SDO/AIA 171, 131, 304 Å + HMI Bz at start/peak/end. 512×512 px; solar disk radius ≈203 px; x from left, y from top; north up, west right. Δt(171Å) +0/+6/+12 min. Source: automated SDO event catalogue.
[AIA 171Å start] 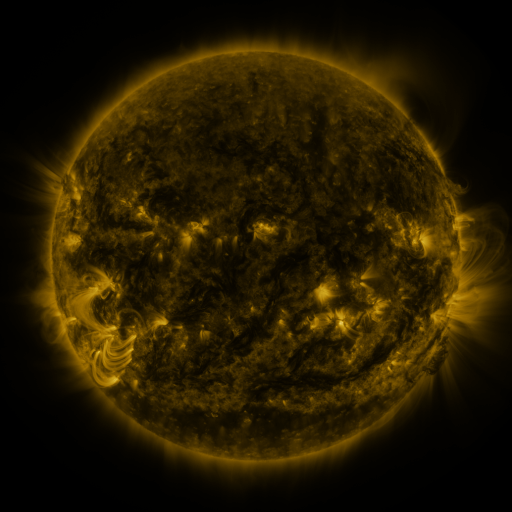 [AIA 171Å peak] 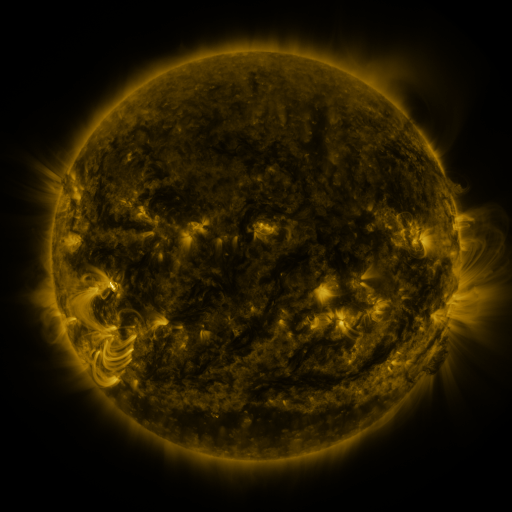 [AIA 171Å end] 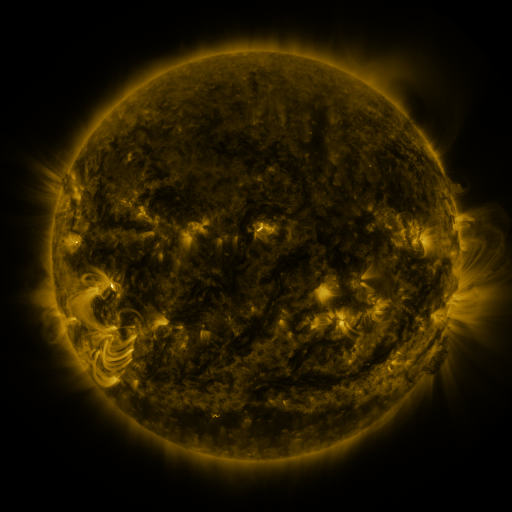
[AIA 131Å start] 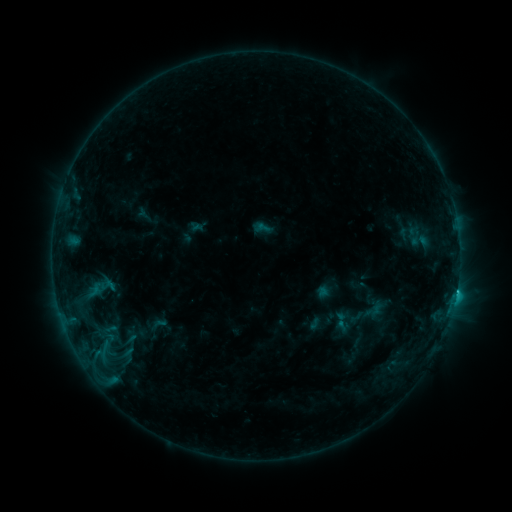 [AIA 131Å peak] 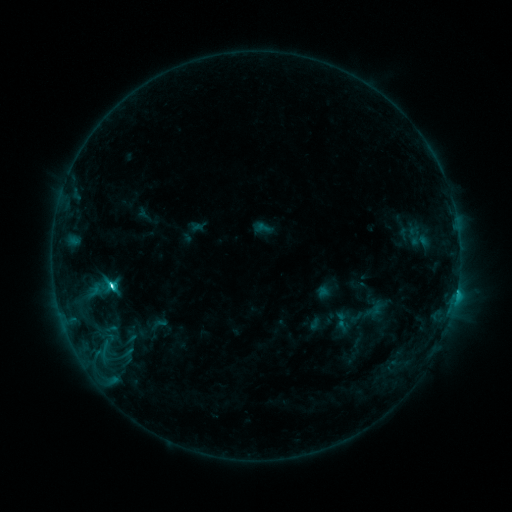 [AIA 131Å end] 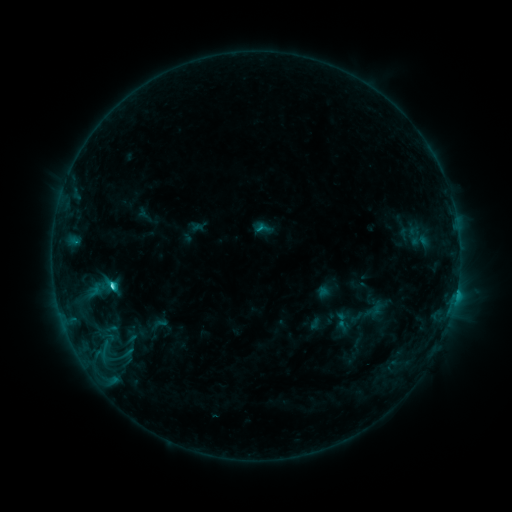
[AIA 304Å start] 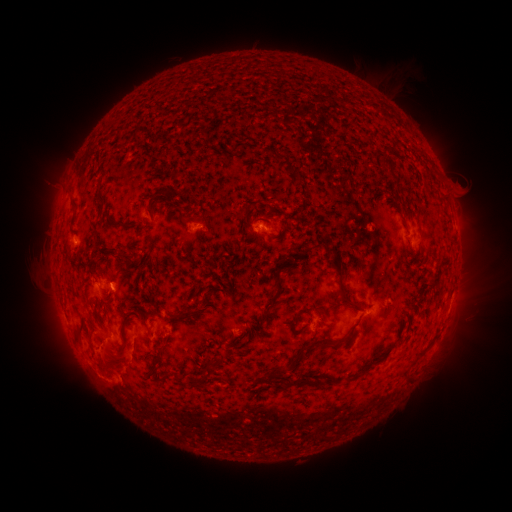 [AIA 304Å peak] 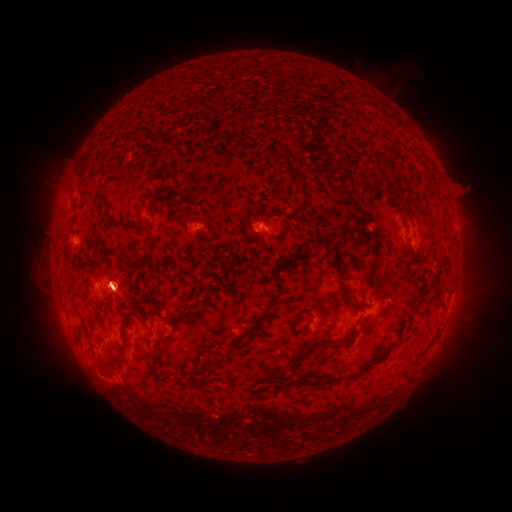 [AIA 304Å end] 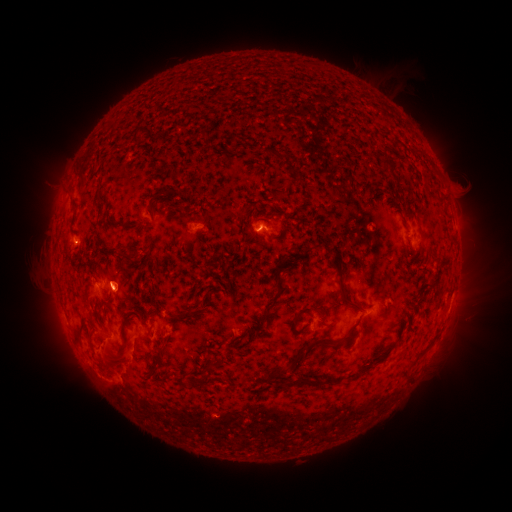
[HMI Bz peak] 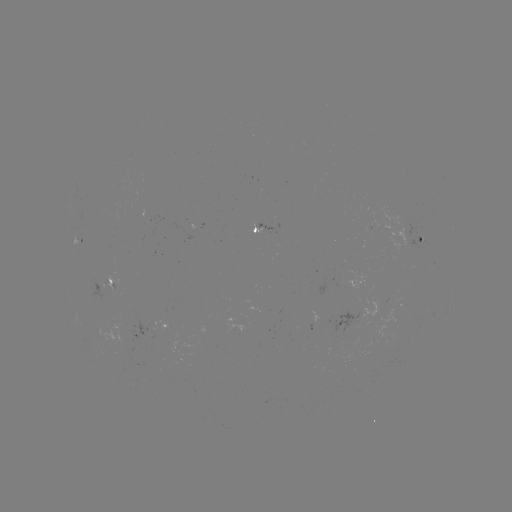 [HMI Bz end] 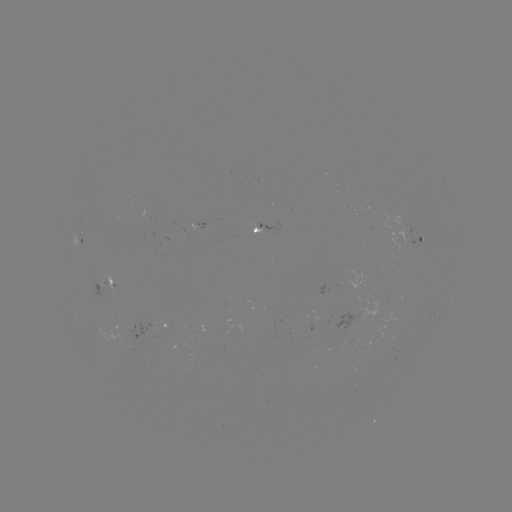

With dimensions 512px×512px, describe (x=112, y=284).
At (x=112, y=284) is C4.1 flare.